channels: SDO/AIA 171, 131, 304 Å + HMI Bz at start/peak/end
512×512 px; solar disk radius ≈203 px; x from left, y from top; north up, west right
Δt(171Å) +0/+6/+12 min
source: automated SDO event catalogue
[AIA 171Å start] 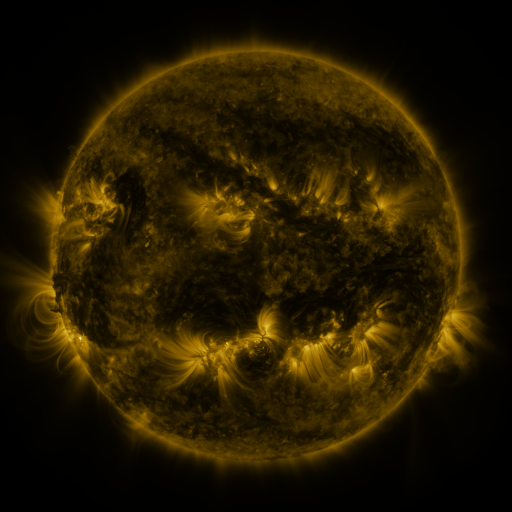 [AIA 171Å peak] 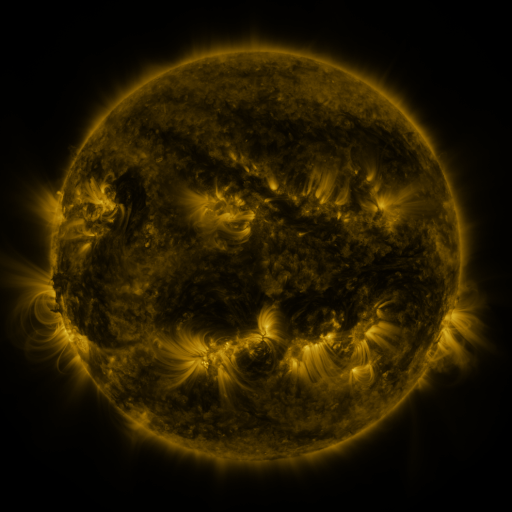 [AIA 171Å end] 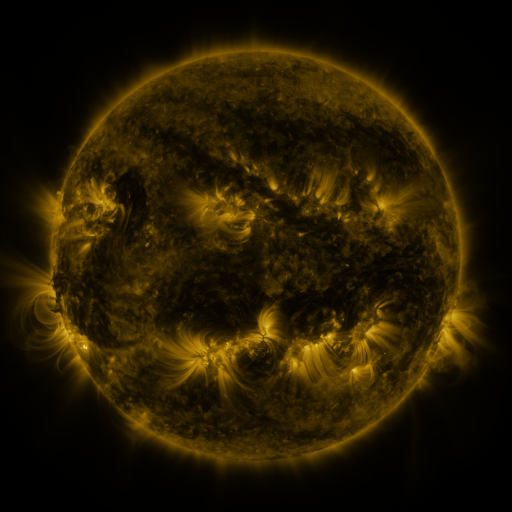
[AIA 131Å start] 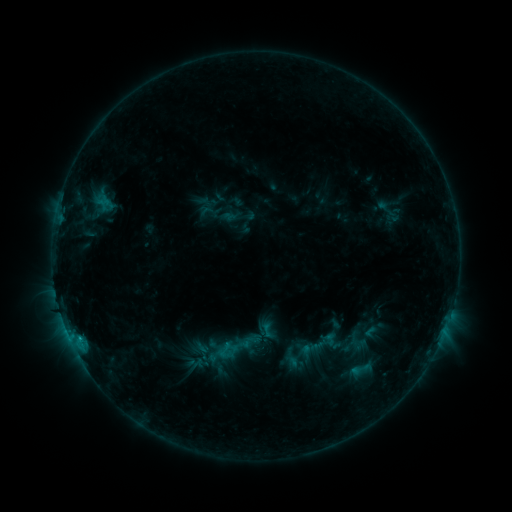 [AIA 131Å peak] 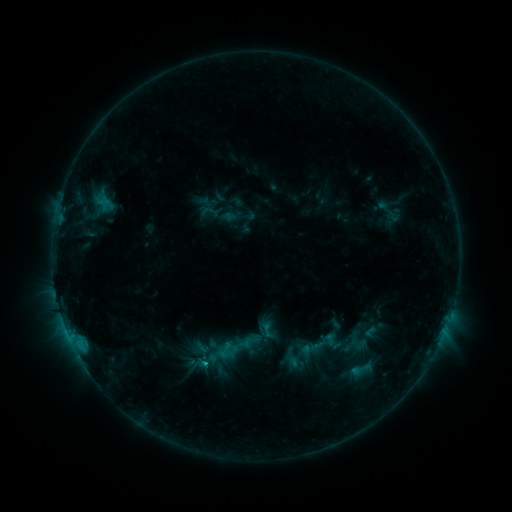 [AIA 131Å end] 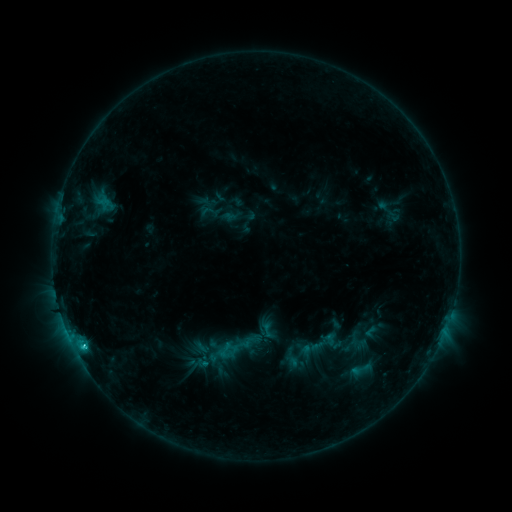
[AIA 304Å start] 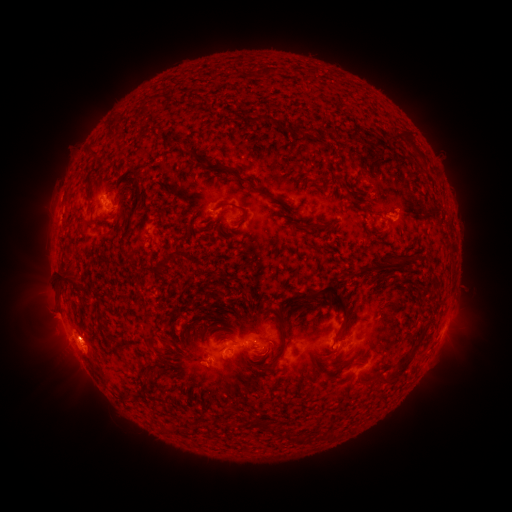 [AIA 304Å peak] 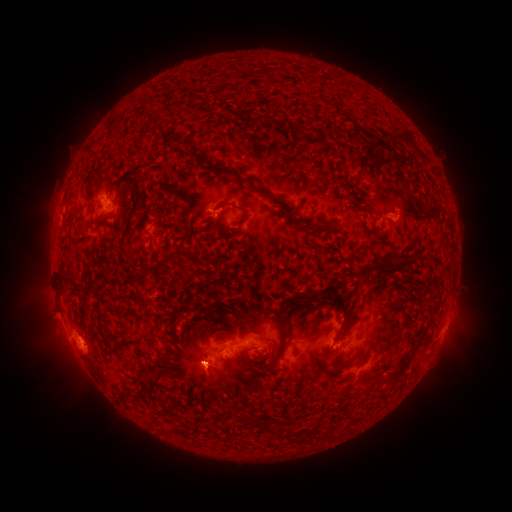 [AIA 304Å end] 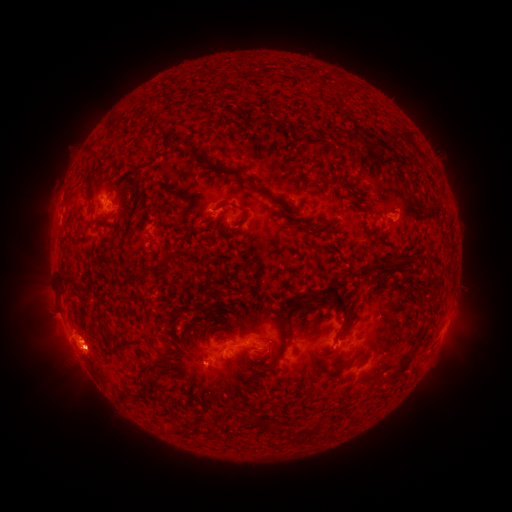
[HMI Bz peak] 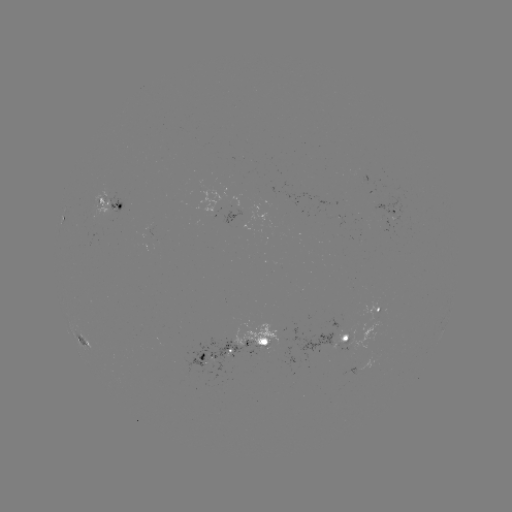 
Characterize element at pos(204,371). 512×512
eruption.